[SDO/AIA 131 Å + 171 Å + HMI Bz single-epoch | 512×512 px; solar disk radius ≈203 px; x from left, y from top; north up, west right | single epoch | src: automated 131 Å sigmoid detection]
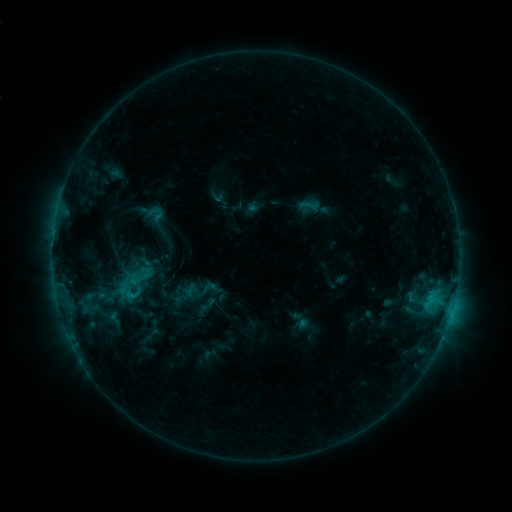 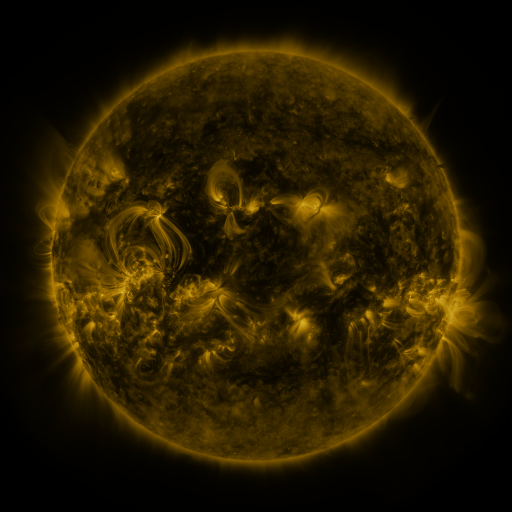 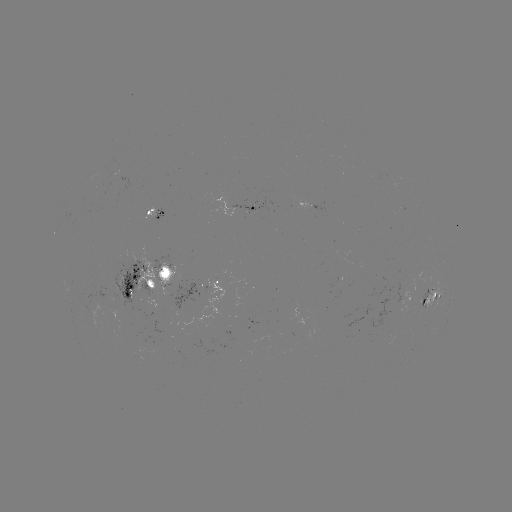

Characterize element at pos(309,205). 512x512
sigmoid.